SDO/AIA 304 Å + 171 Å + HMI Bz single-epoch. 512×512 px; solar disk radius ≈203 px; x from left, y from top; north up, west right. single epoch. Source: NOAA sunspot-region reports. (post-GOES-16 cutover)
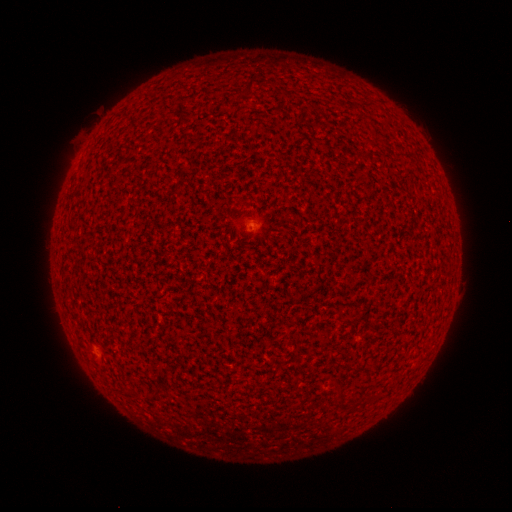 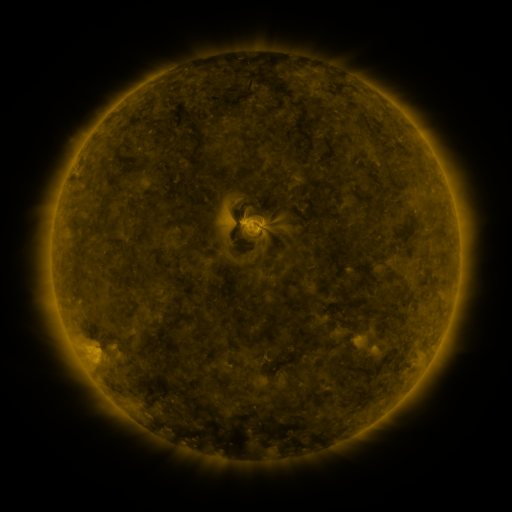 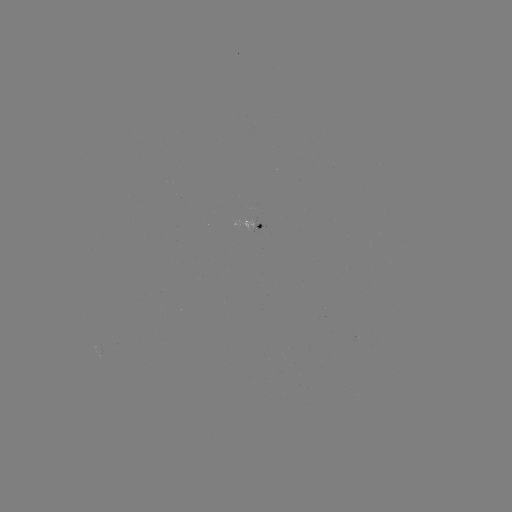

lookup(spotted active region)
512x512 [259, 222]